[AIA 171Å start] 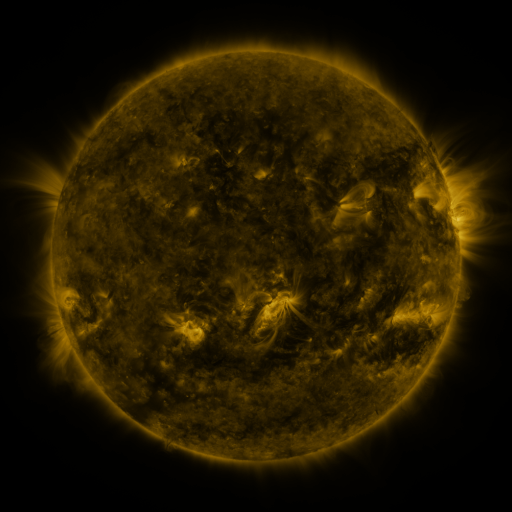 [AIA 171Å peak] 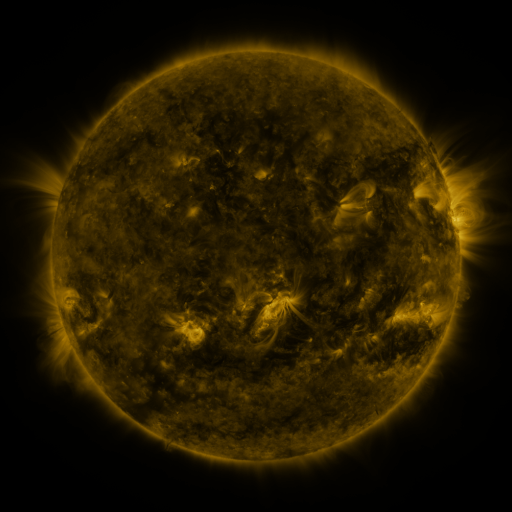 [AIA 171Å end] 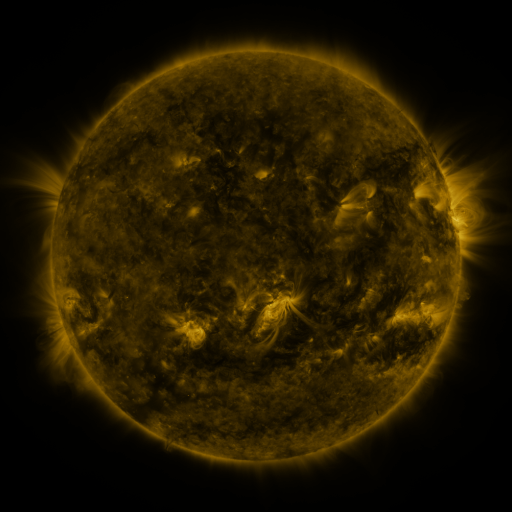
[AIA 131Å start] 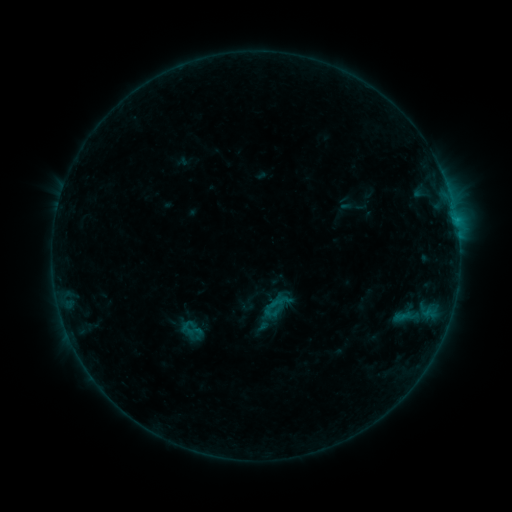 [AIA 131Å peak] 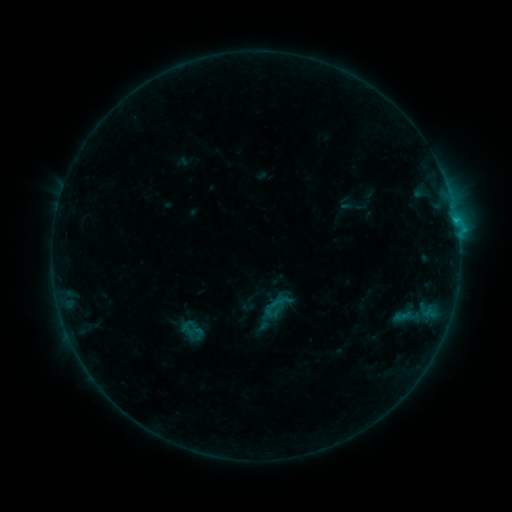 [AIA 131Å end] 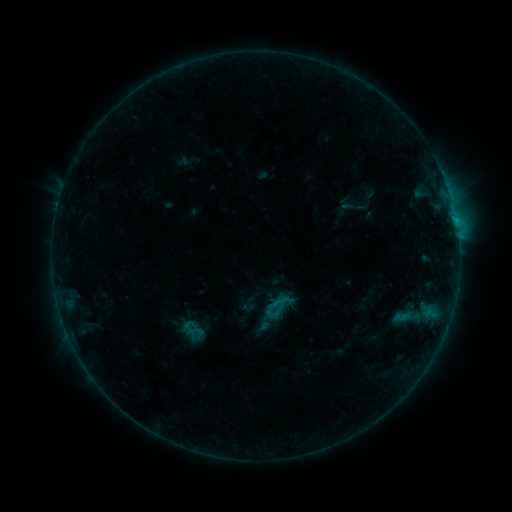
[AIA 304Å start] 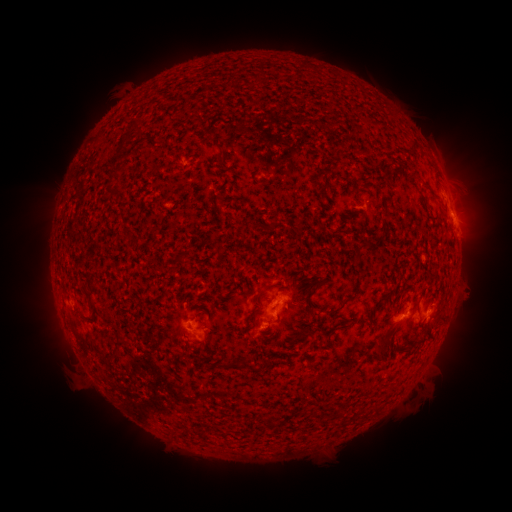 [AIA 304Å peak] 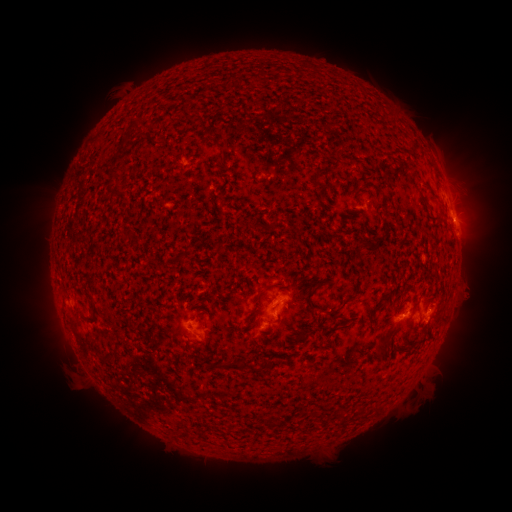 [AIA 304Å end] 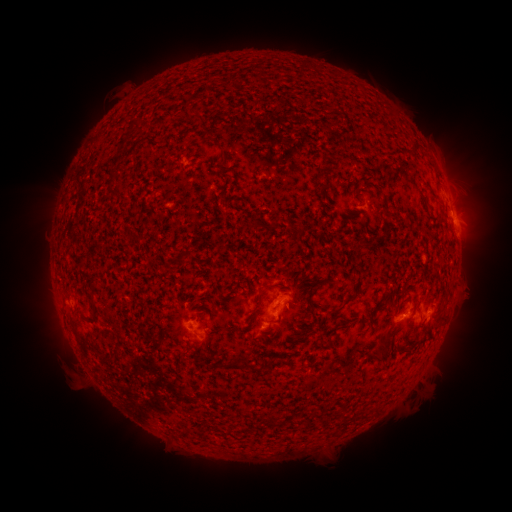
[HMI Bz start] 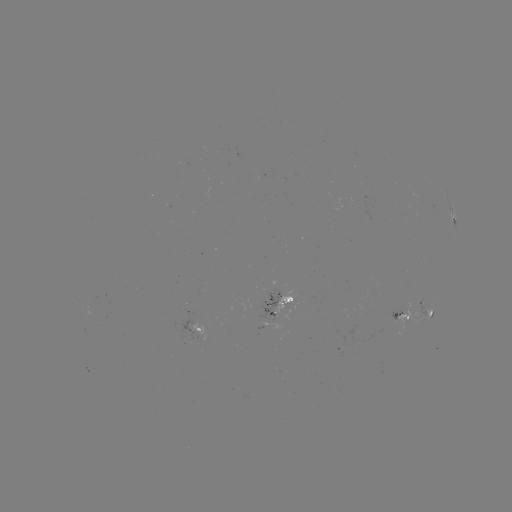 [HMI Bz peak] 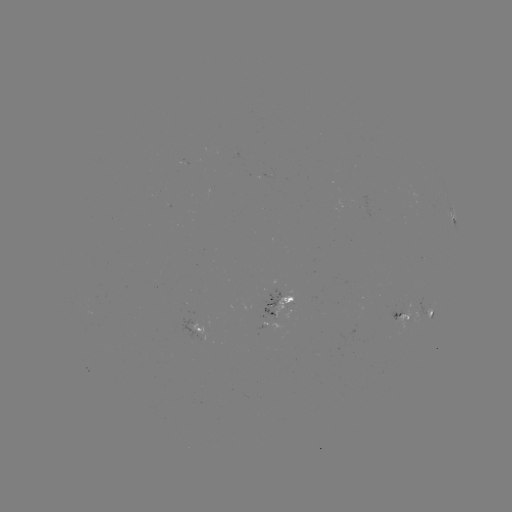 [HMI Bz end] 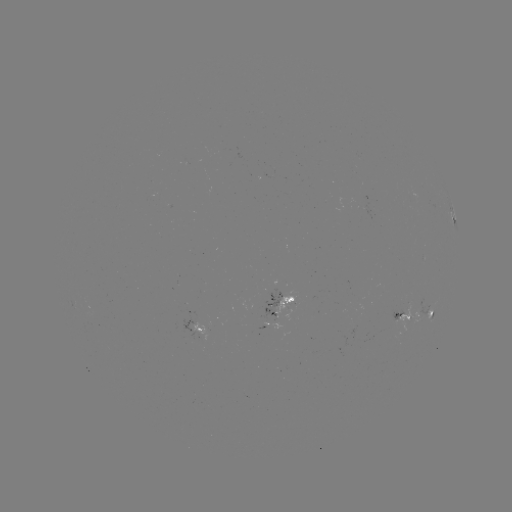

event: flare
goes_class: B8.2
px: (455, 222)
